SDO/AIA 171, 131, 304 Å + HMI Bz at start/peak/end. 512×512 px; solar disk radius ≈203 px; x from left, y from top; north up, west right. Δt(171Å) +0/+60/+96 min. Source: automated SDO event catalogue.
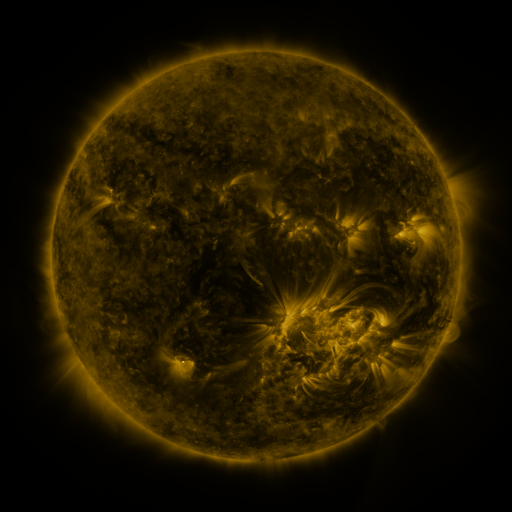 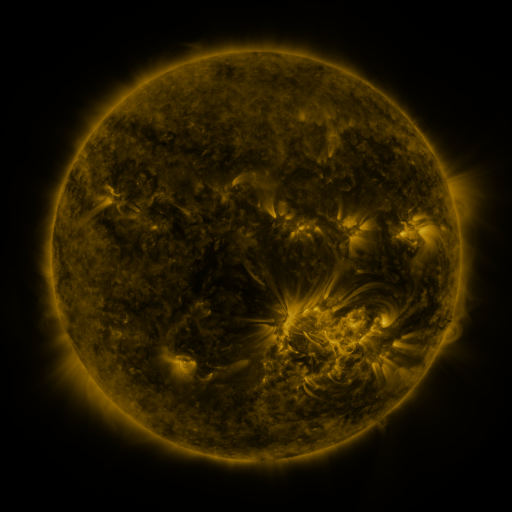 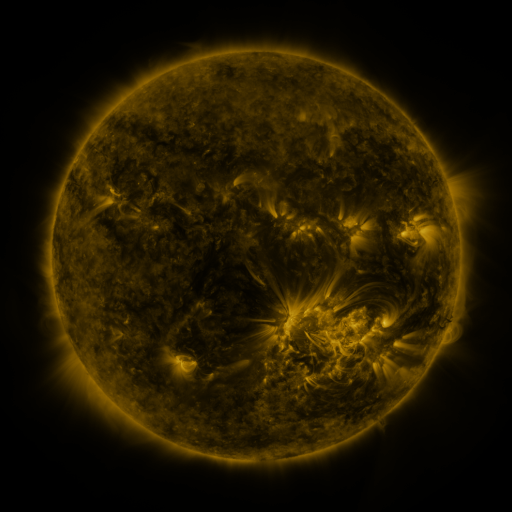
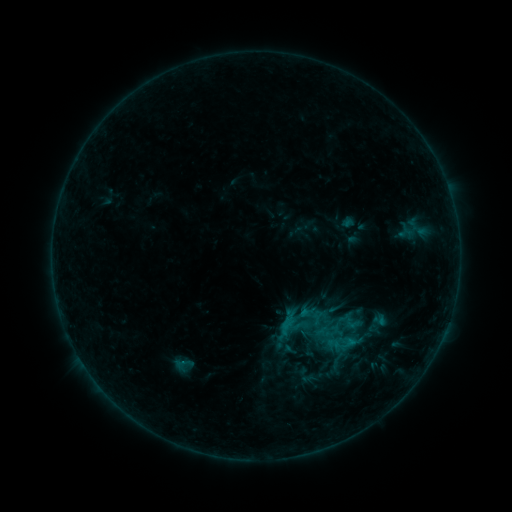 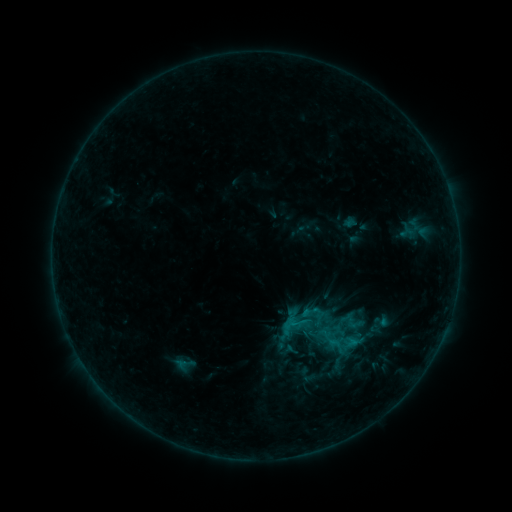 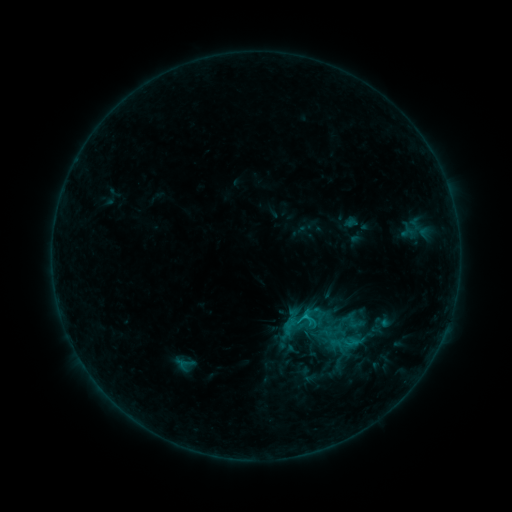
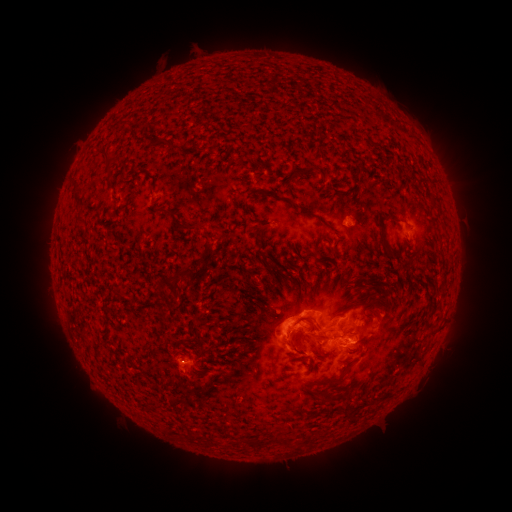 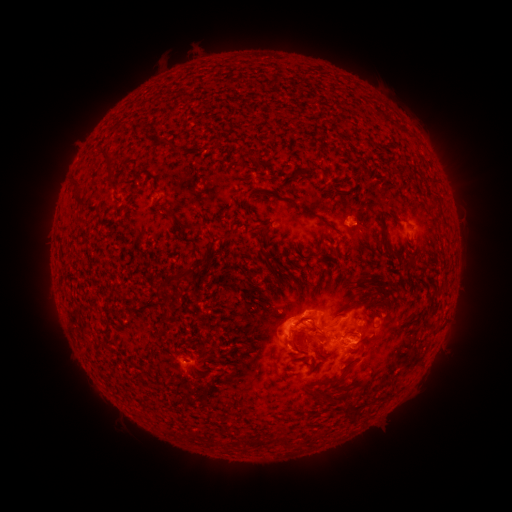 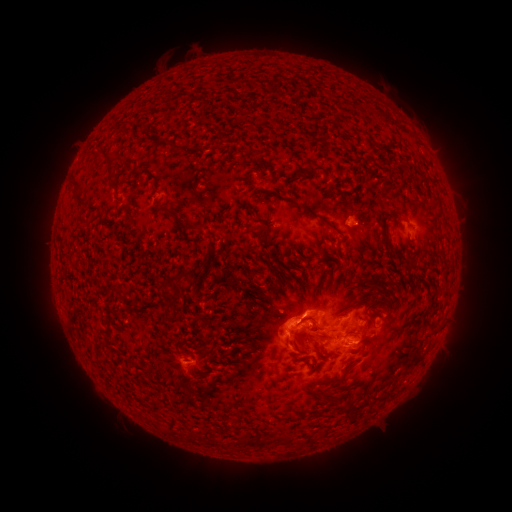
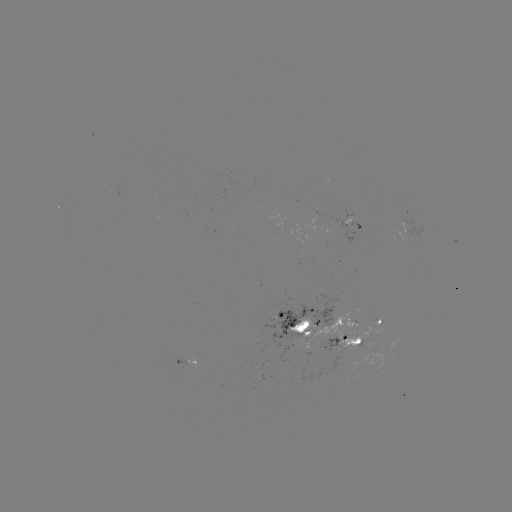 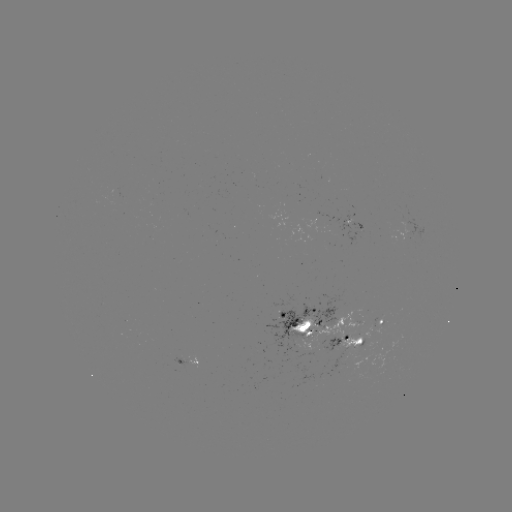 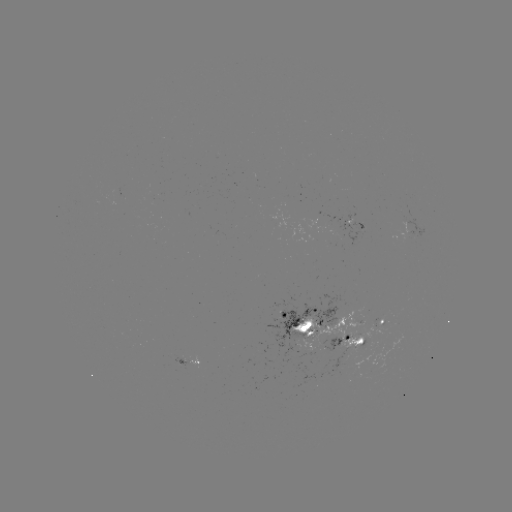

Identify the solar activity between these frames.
emerging-flux region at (325, 335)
